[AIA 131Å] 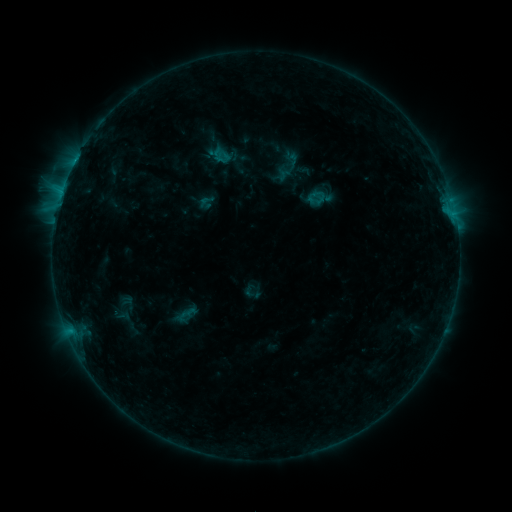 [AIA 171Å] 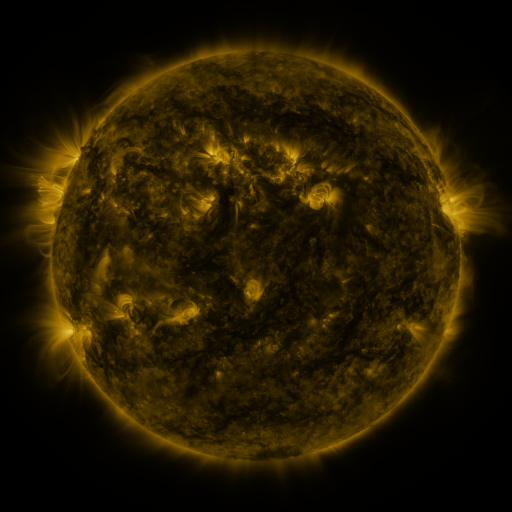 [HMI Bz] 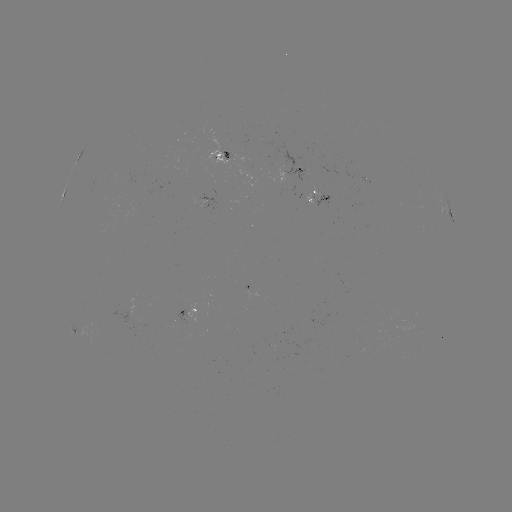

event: sigmoid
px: (316, 200)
